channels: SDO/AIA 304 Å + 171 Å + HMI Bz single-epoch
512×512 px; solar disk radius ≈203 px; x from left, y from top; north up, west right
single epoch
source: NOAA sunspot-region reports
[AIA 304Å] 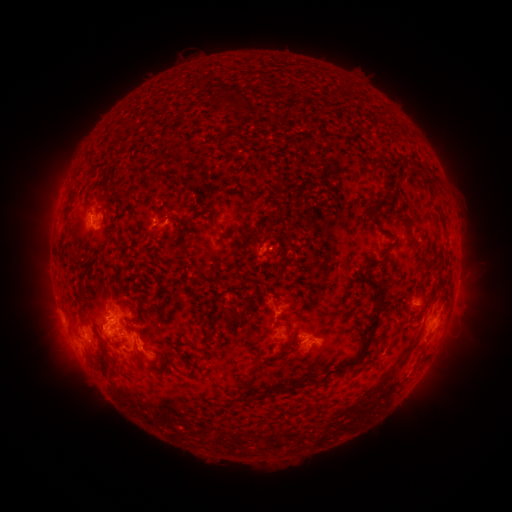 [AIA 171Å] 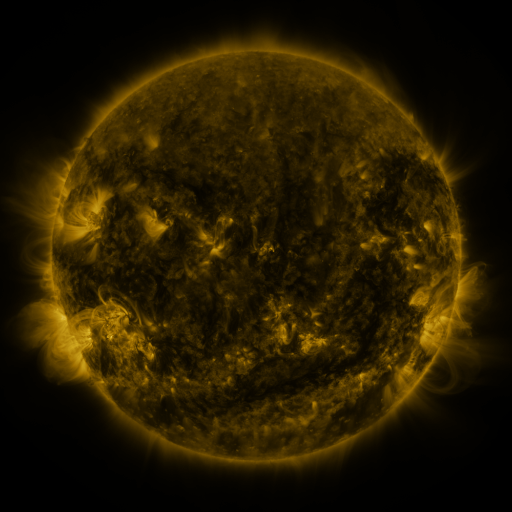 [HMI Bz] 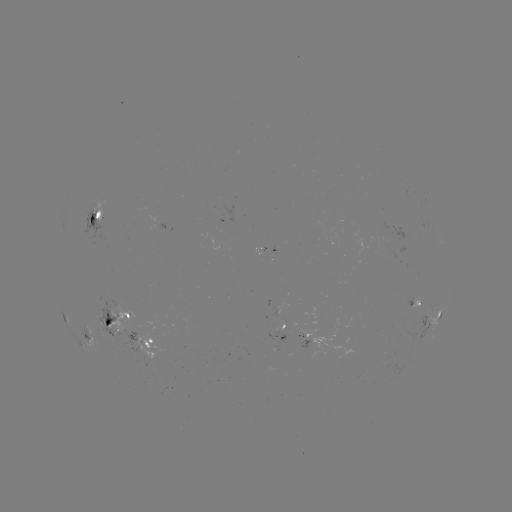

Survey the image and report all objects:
spotted active region: (96, 218)
spotted active region: (270, 253)
spotted active region: (456, 286)
spotted active region: (420, 302)
spotted active region: (434, 318)
spotted active region: (118, 322)
spotted active region: (279, 336)
spotted active region: (90, 337)
spotted active region: (319, 341)
spotted active region: (151, 345)
